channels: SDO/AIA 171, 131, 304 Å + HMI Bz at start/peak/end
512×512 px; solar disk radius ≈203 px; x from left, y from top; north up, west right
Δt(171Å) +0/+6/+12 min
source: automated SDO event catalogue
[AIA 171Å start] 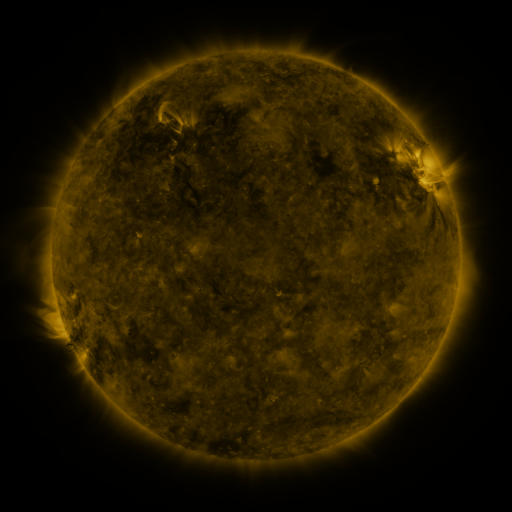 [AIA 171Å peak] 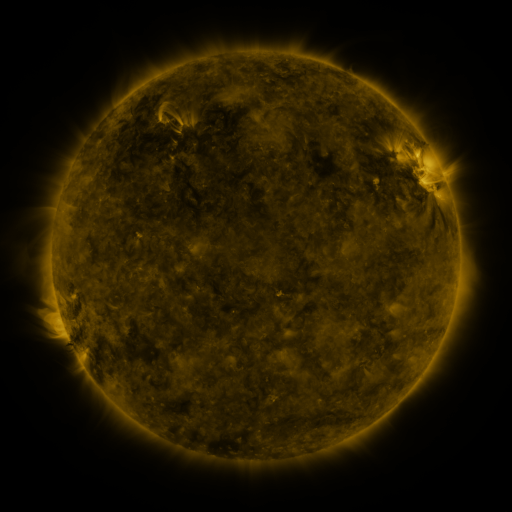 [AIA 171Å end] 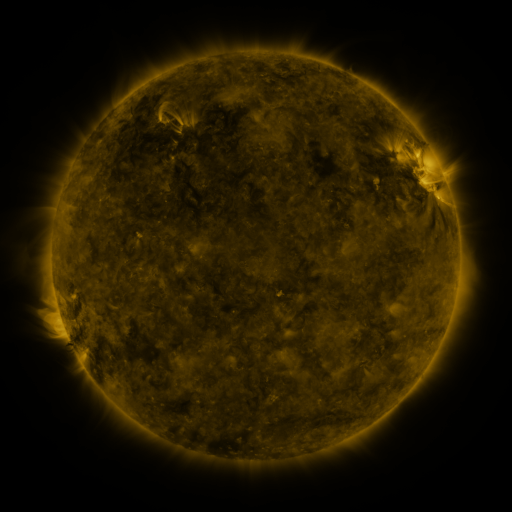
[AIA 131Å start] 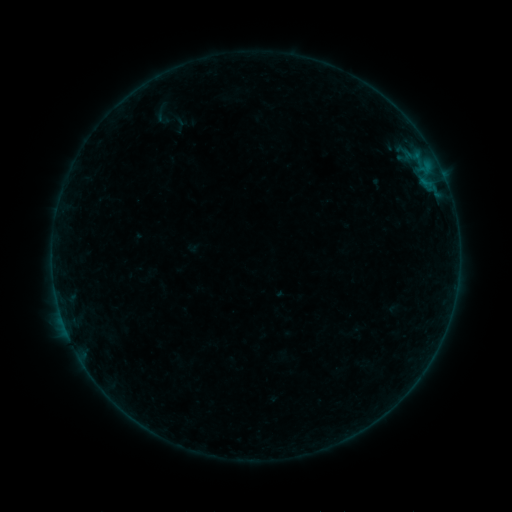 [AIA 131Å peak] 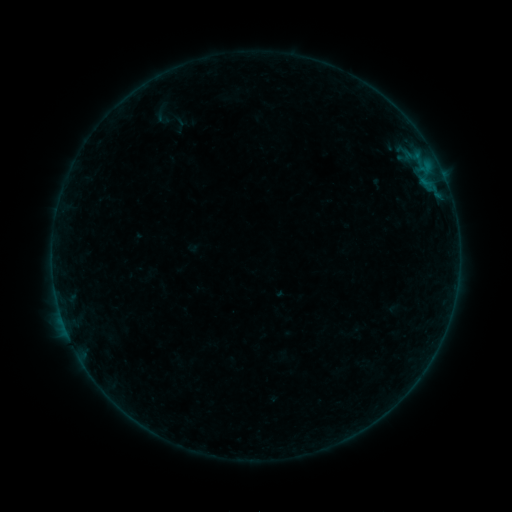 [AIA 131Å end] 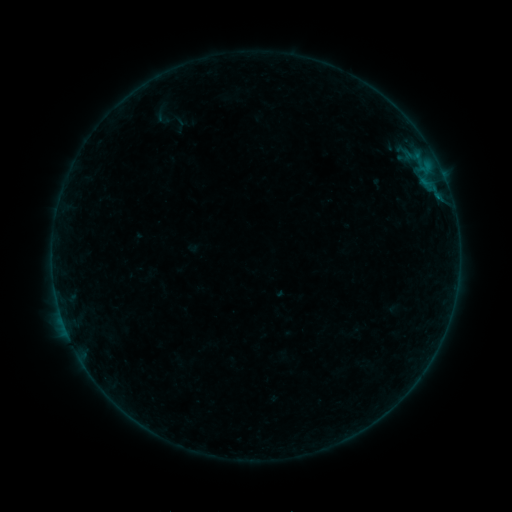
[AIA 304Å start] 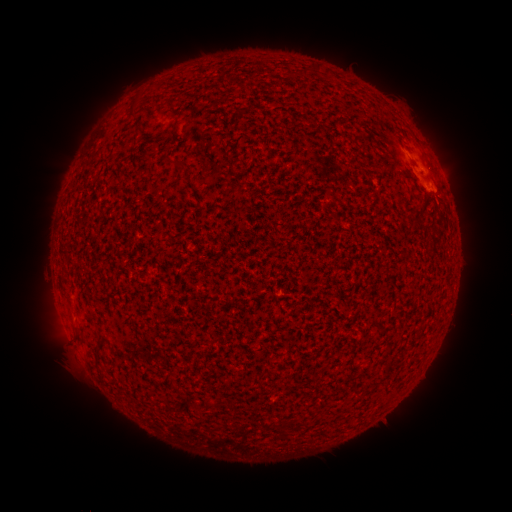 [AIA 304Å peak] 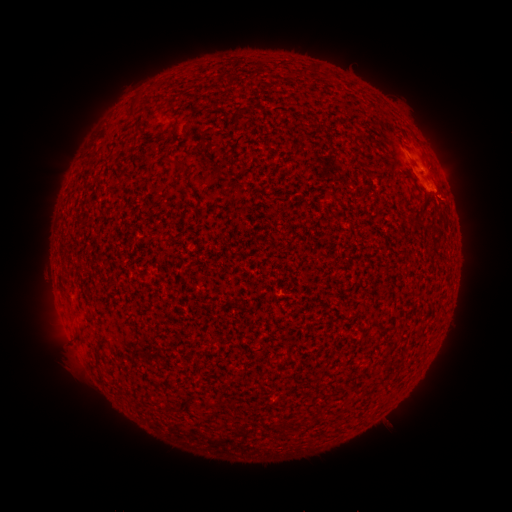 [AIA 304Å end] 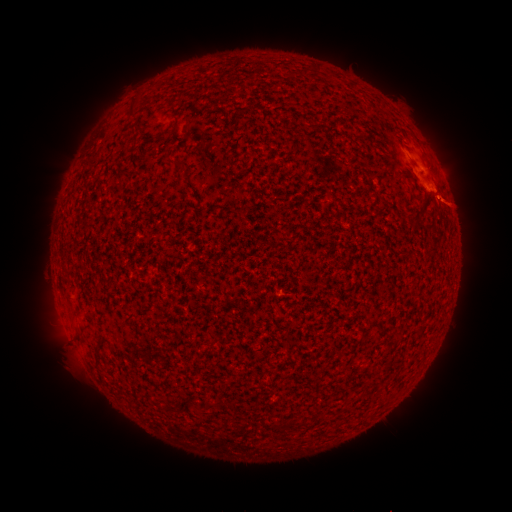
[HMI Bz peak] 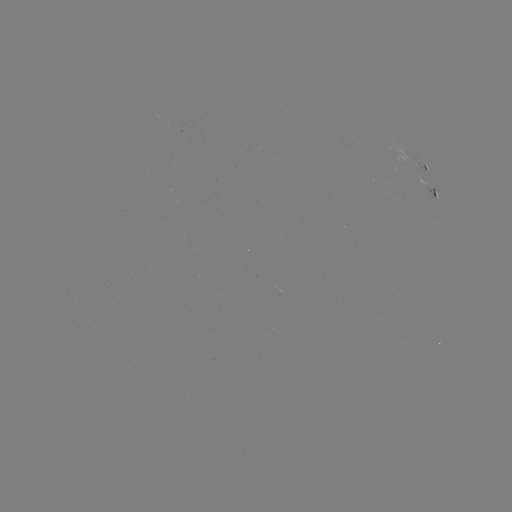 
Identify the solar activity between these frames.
B1.1 flare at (433, 192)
